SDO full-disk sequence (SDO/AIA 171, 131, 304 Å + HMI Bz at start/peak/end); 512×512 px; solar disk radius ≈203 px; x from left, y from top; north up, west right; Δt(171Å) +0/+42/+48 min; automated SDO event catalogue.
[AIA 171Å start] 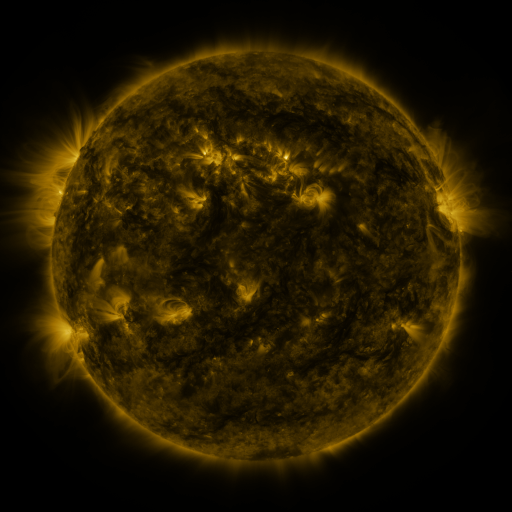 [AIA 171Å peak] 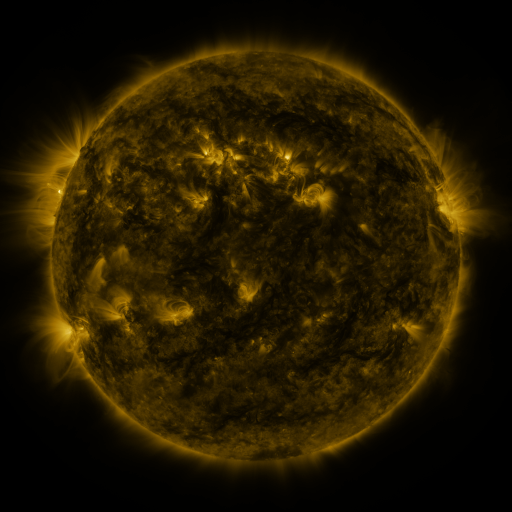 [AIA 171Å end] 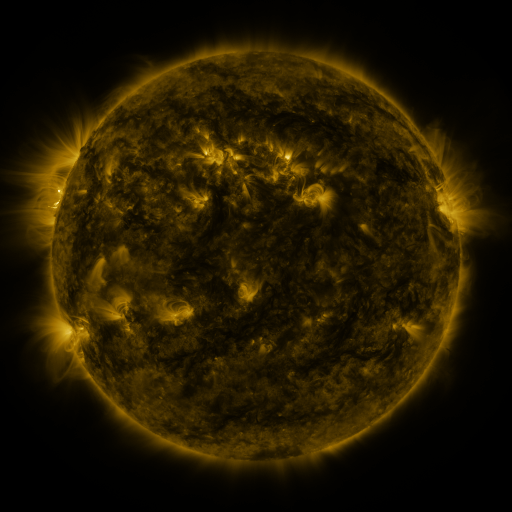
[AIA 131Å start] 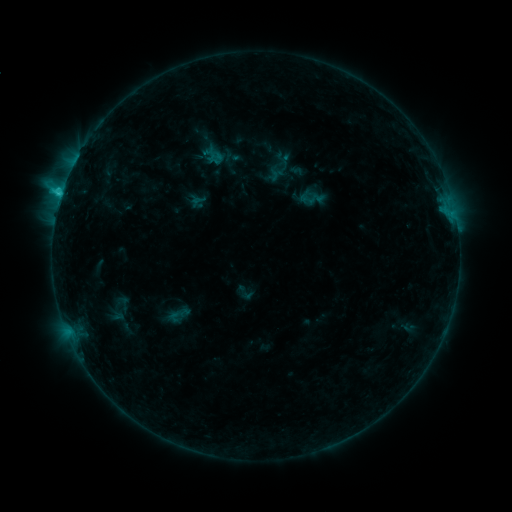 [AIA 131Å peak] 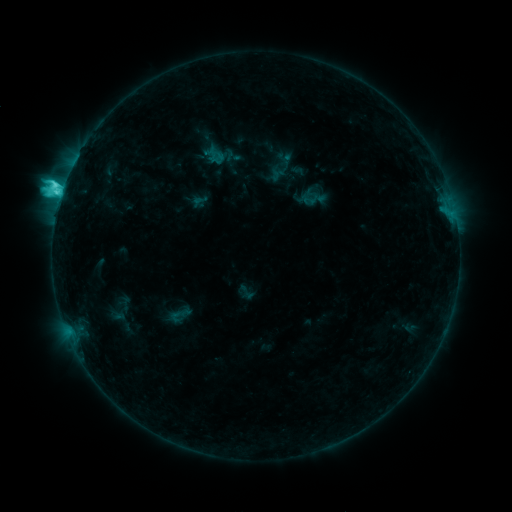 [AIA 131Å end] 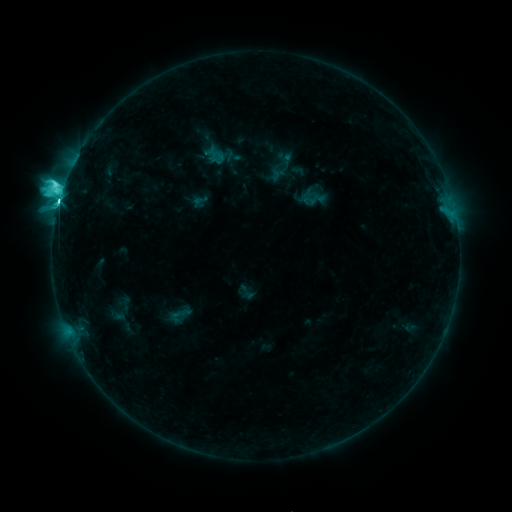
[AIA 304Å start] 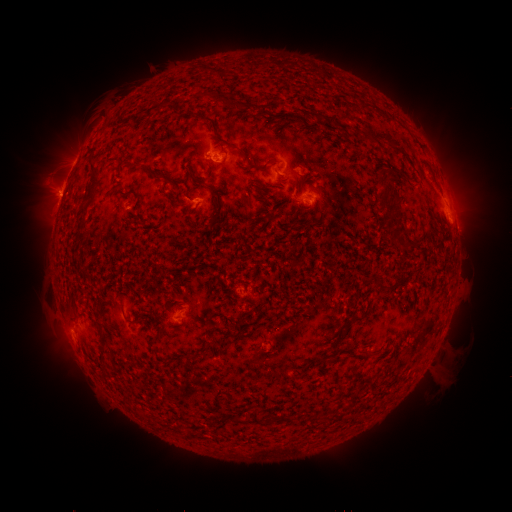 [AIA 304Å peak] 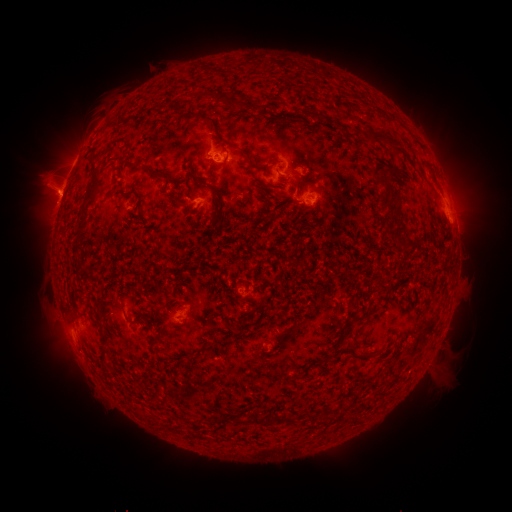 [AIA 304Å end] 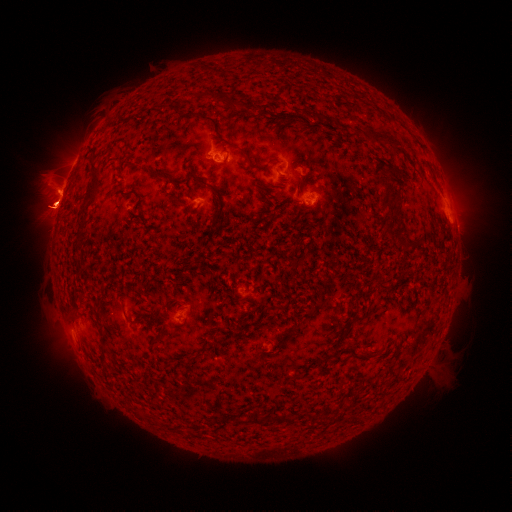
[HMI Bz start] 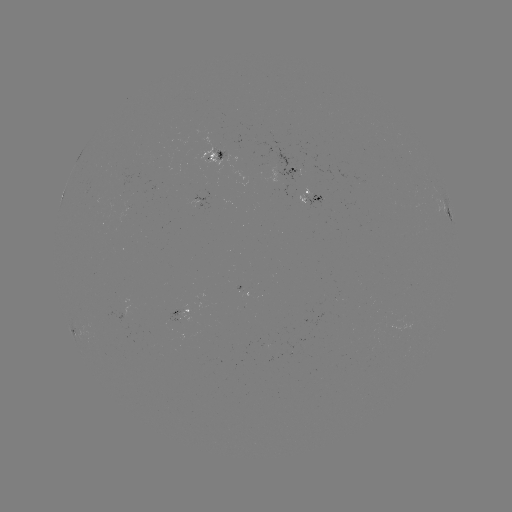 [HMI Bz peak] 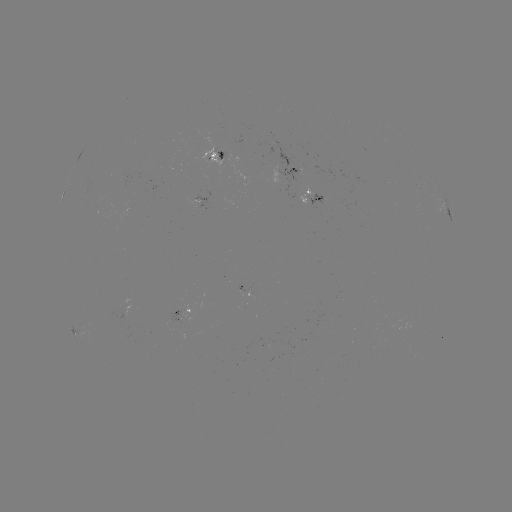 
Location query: C5.8 flare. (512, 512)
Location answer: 63,189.